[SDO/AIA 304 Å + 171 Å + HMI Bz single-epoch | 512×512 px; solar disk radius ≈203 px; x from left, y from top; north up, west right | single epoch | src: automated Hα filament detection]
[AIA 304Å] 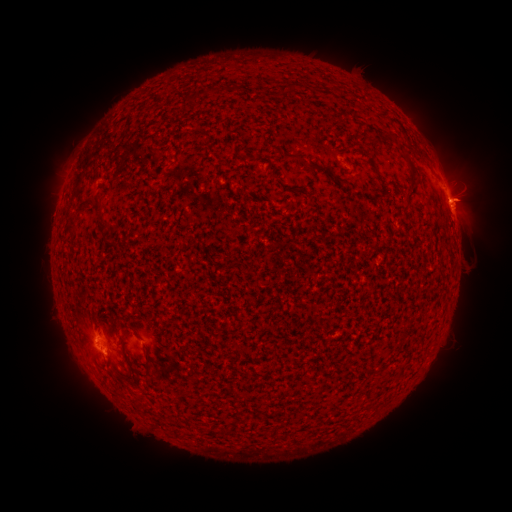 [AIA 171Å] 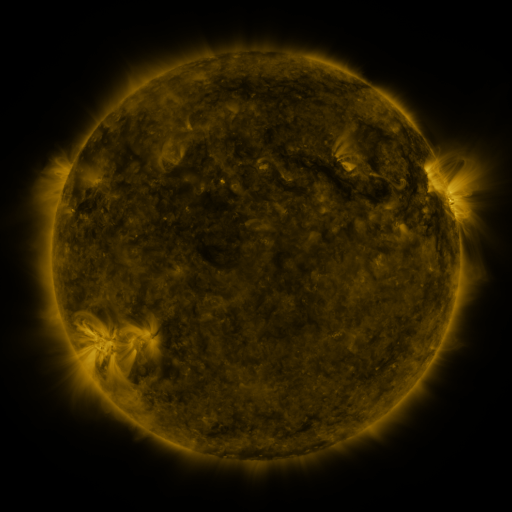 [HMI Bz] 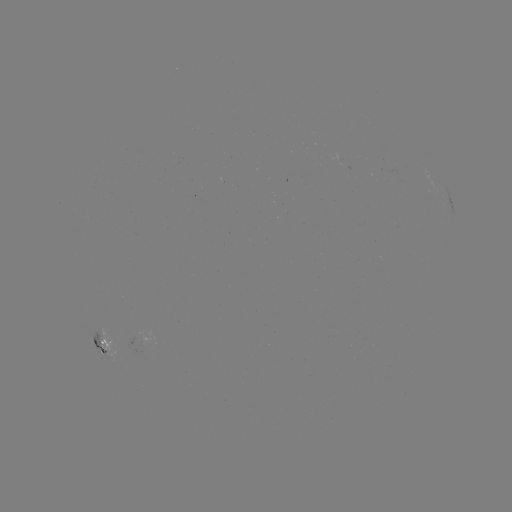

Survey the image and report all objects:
filament: (286, 89)
filament: (422, 156)
filament: (289, 157)
filament: (413, 182)
filament: (102, 222)
filament: (73, 225)
filament: (145, 357)
